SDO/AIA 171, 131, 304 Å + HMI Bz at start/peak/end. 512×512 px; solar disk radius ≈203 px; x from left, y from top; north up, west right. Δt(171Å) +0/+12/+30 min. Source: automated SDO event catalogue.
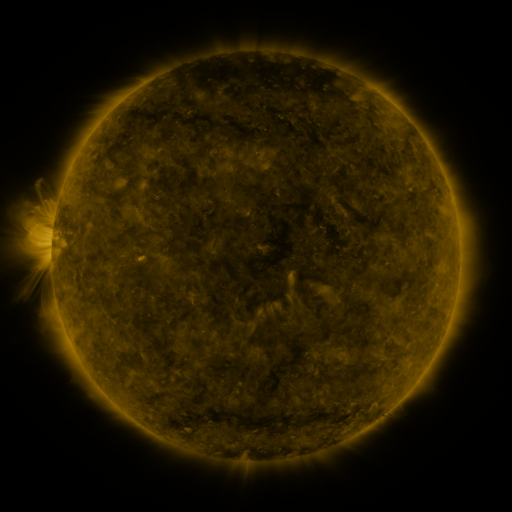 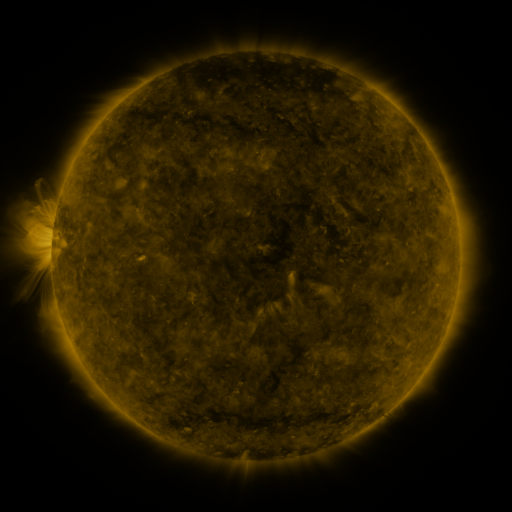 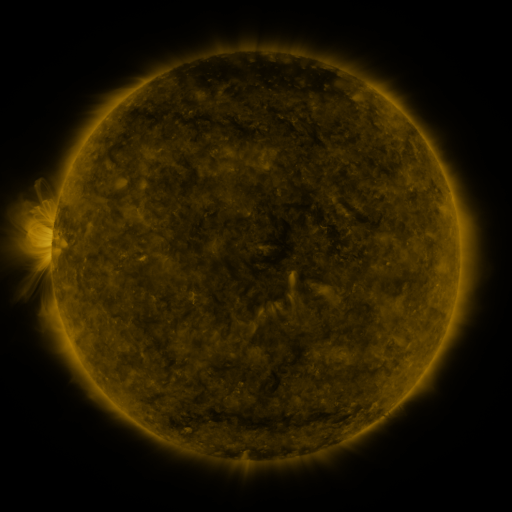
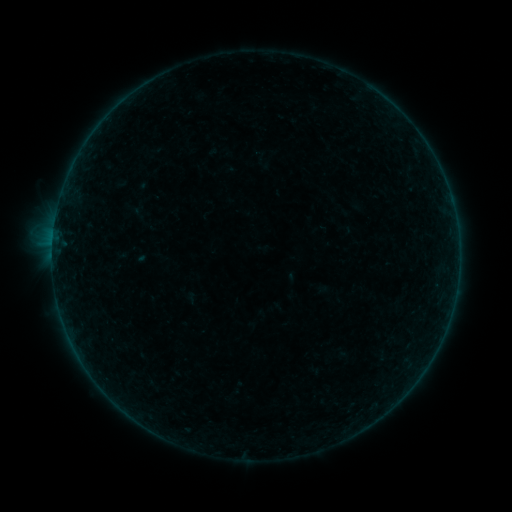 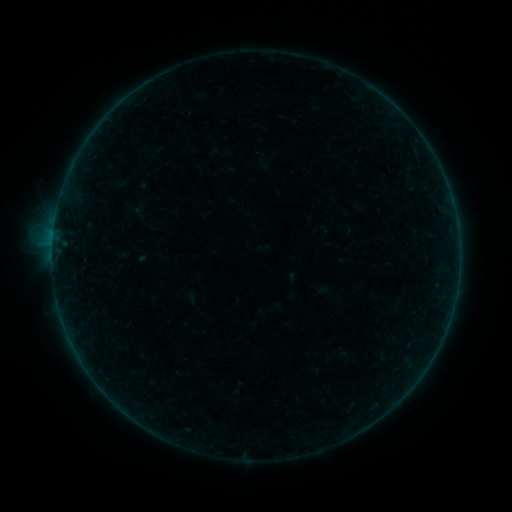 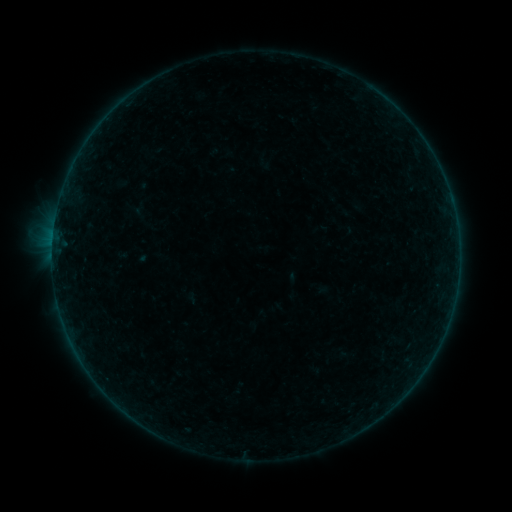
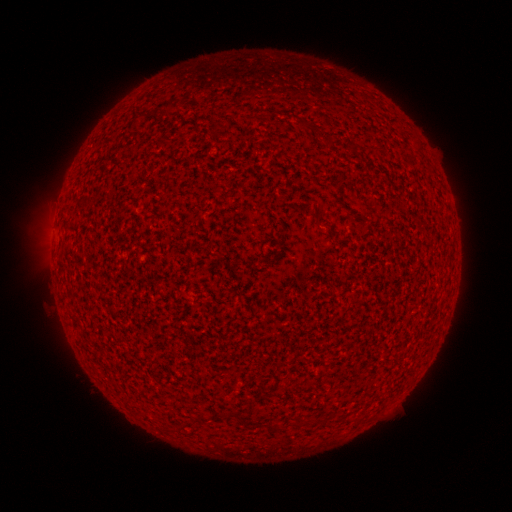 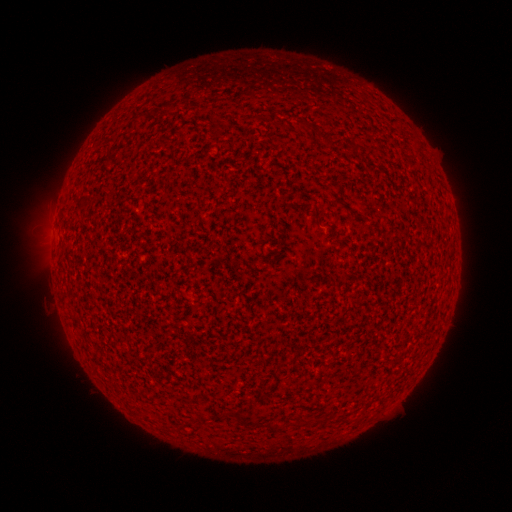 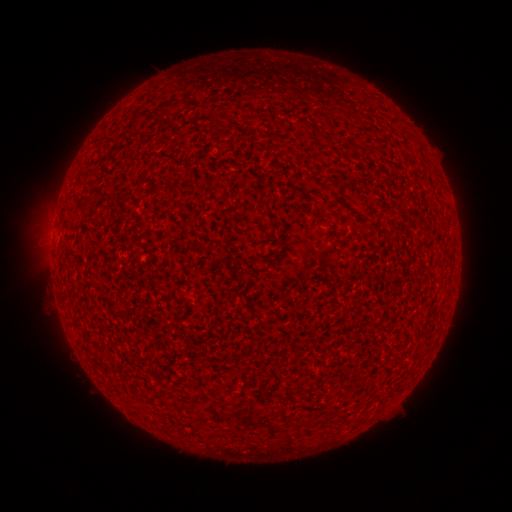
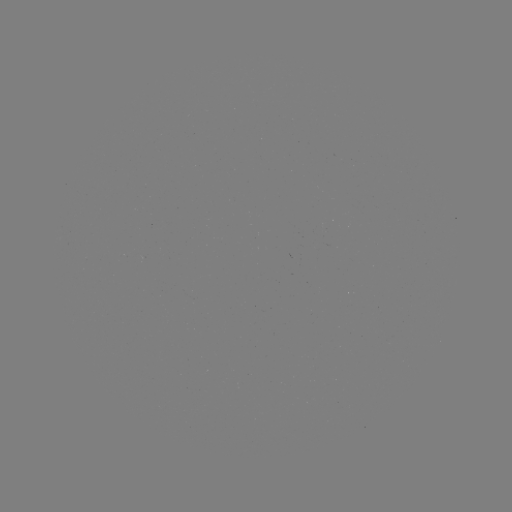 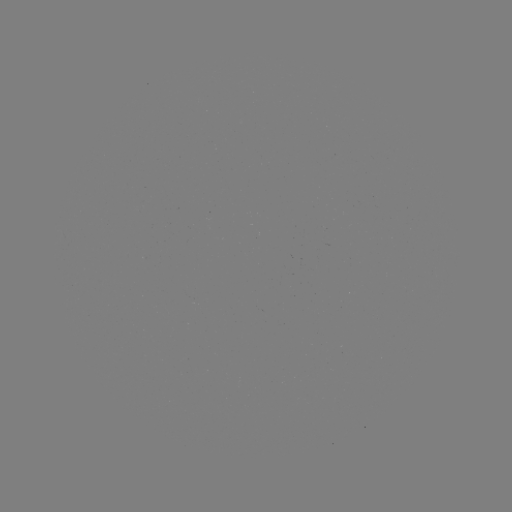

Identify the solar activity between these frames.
A6.7 flare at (53, 235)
